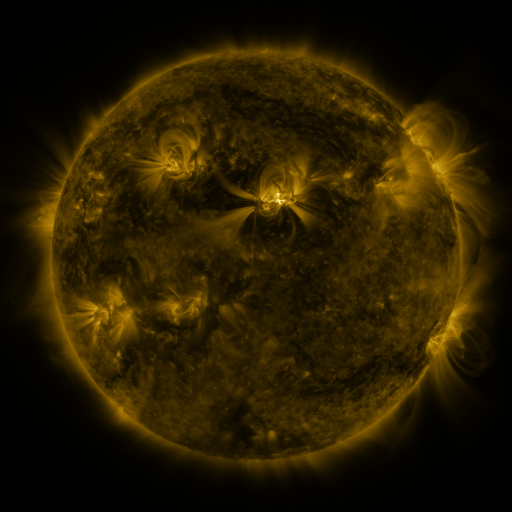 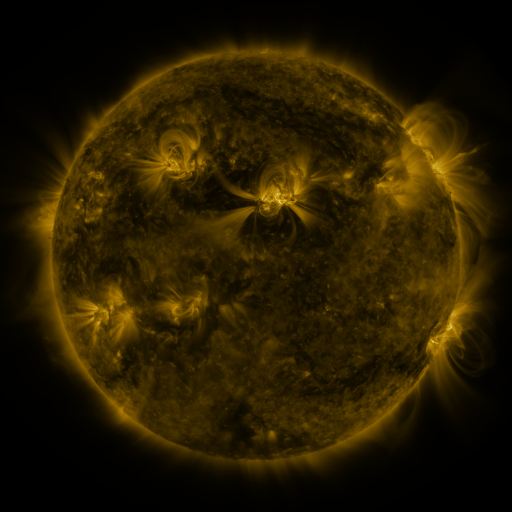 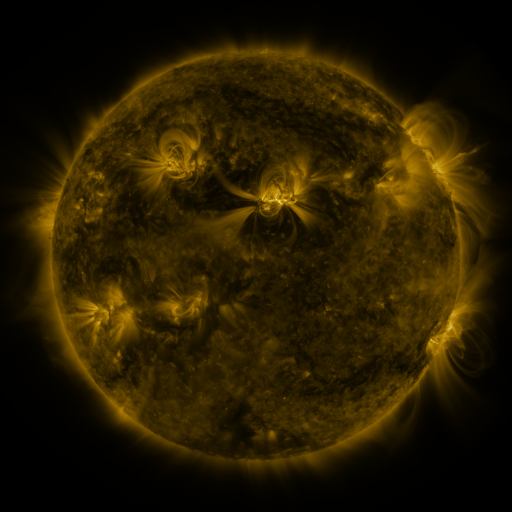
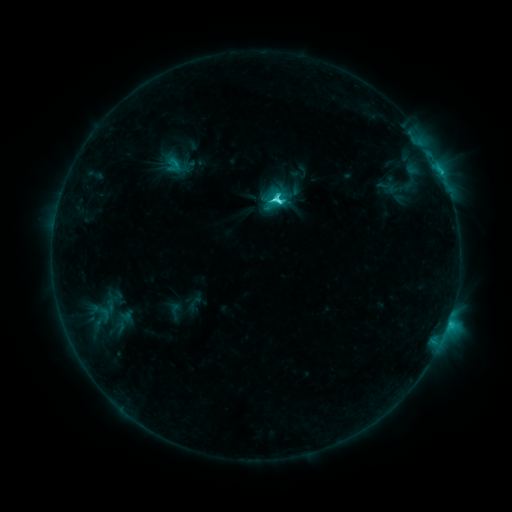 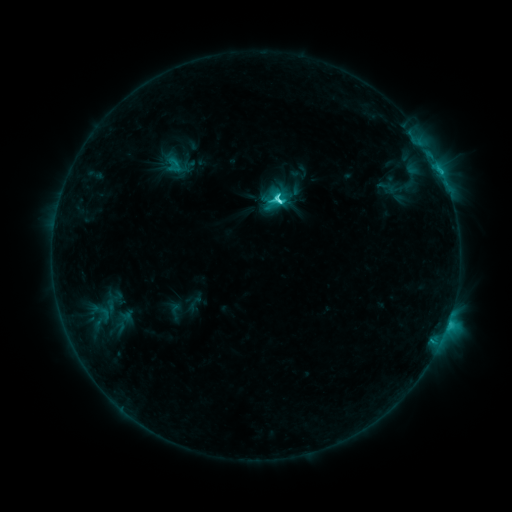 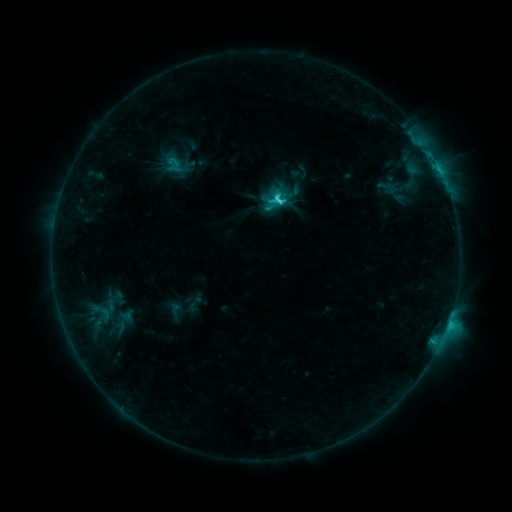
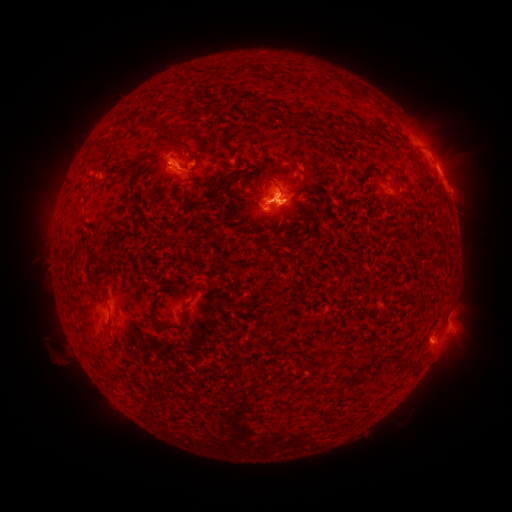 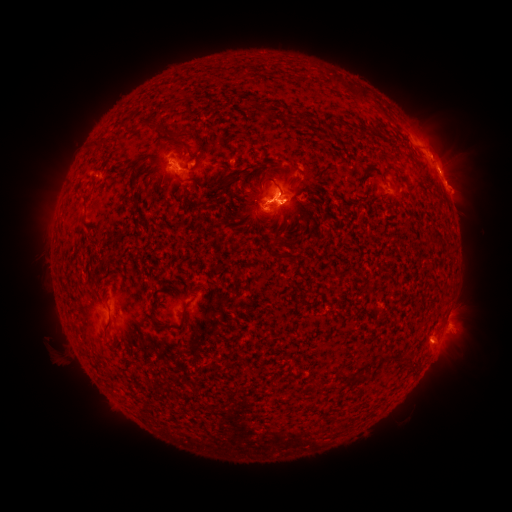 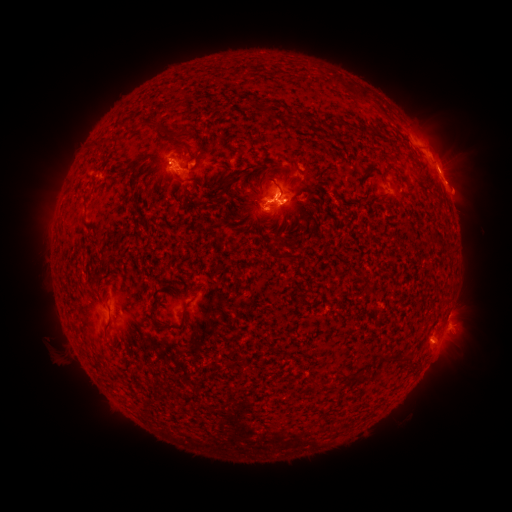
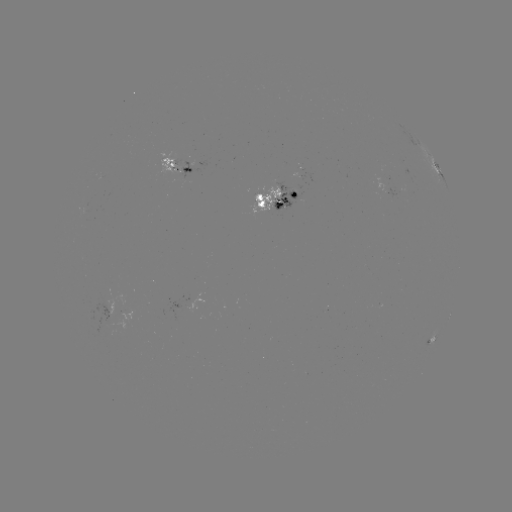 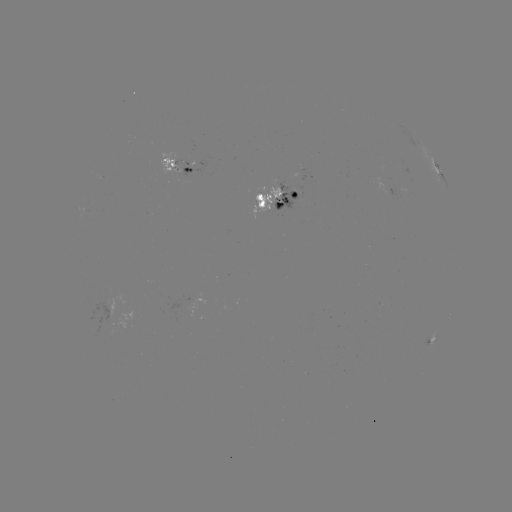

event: eruption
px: (461, 190)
